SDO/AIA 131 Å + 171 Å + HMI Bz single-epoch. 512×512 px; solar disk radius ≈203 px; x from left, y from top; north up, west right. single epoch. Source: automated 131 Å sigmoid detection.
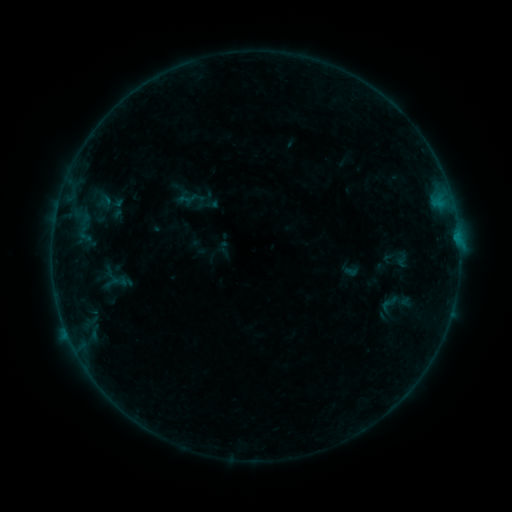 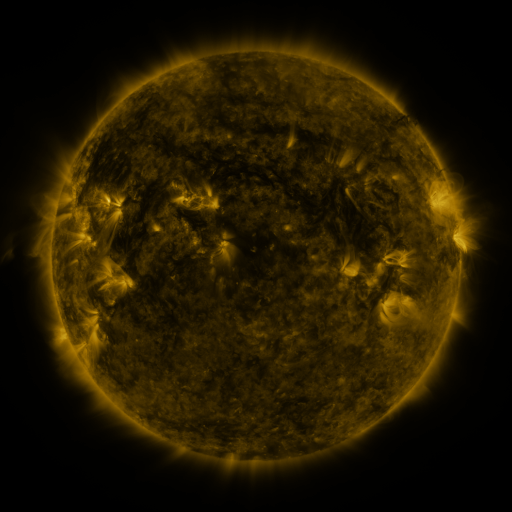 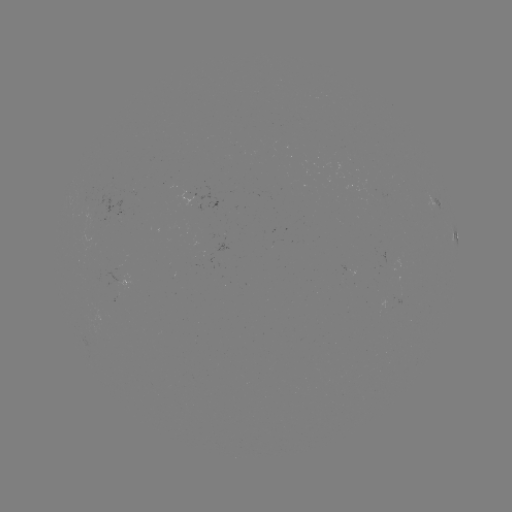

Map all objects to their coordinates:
sigmoid: (389, 304)
